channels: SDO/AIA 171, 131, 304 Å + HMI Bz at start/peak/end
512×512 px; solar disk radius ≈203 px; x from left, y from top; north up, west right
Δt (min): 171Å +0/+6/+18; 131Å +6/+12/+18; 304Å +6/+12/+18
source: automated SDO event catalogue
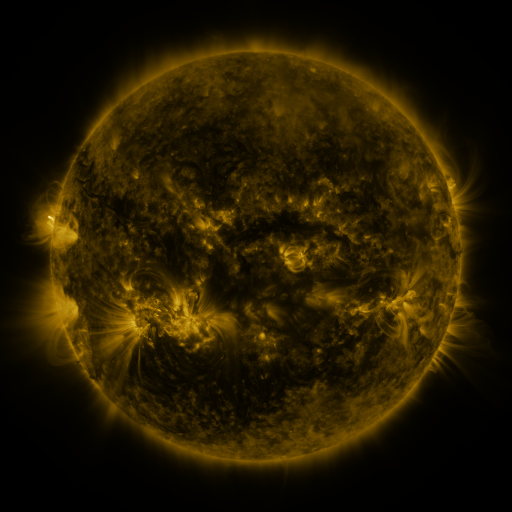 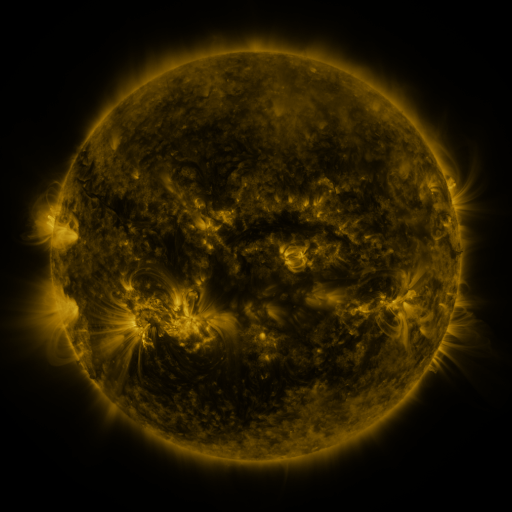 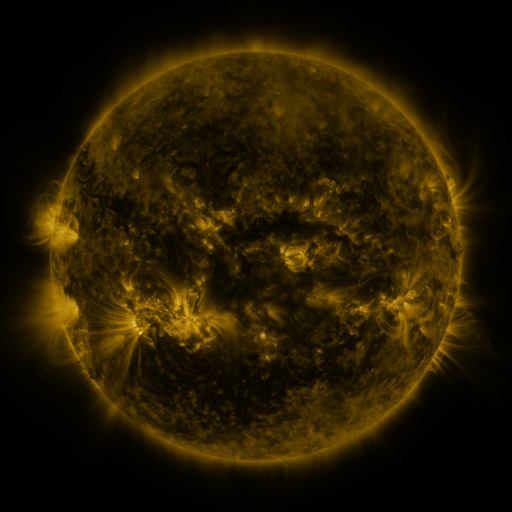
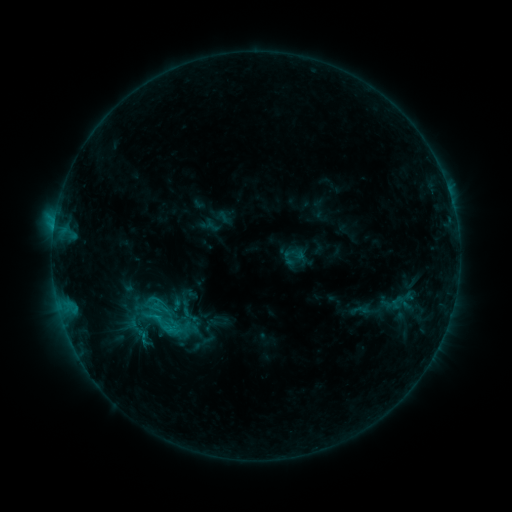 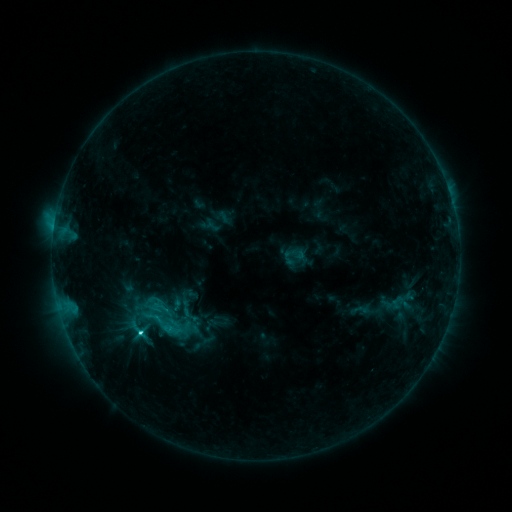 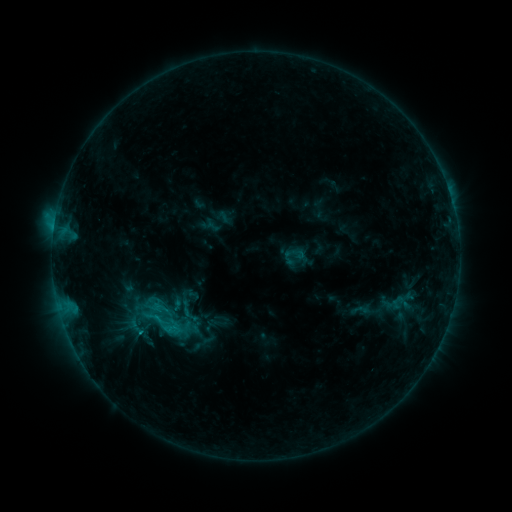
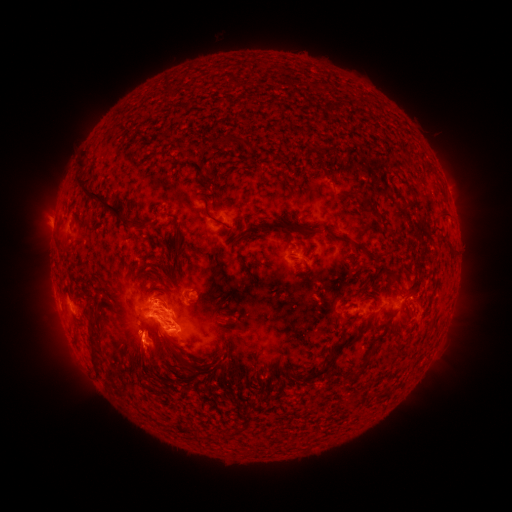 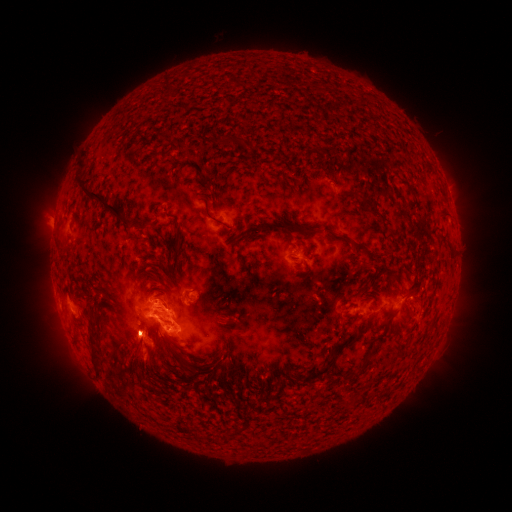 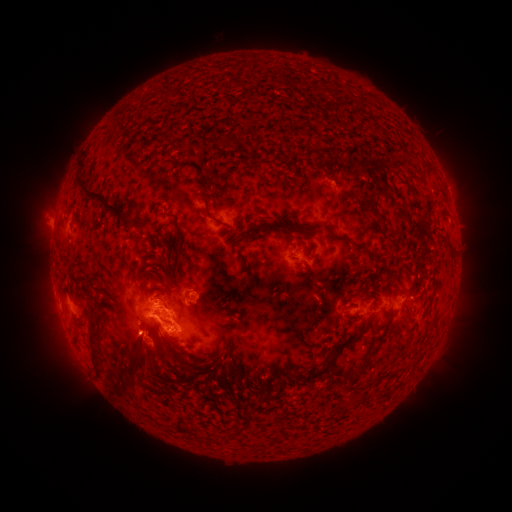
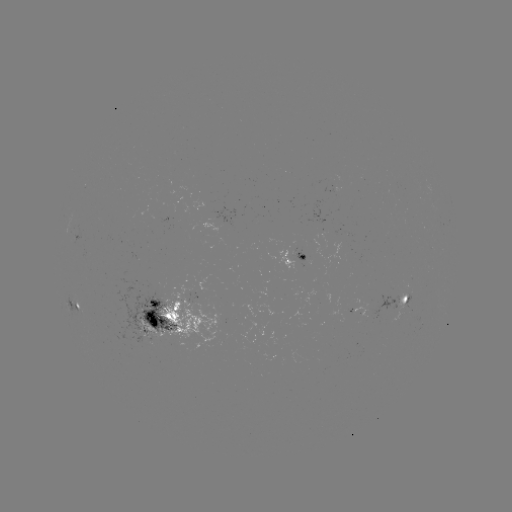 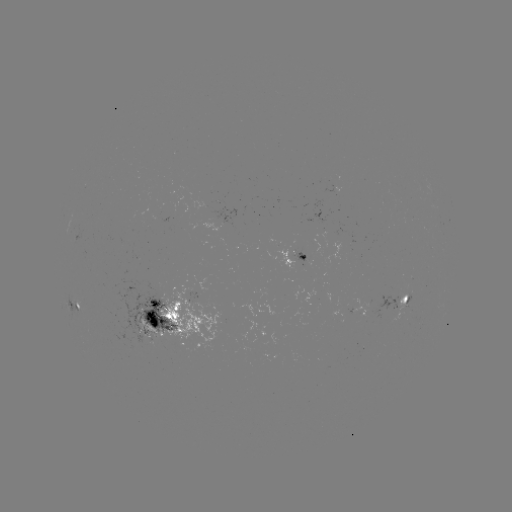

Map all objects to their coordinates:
C4.4 flare: (142, 333)
